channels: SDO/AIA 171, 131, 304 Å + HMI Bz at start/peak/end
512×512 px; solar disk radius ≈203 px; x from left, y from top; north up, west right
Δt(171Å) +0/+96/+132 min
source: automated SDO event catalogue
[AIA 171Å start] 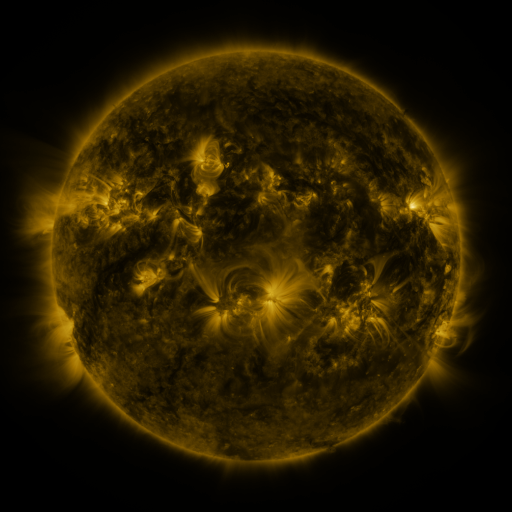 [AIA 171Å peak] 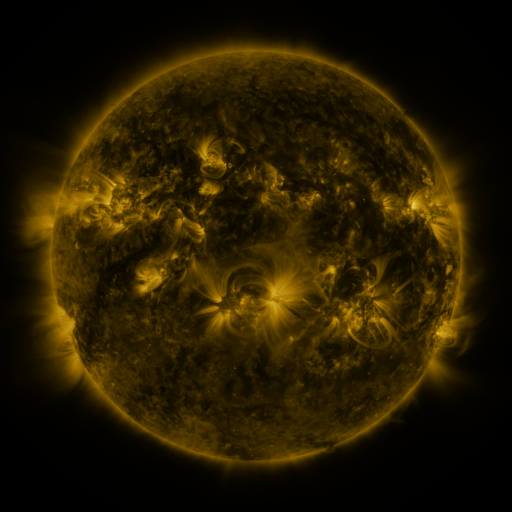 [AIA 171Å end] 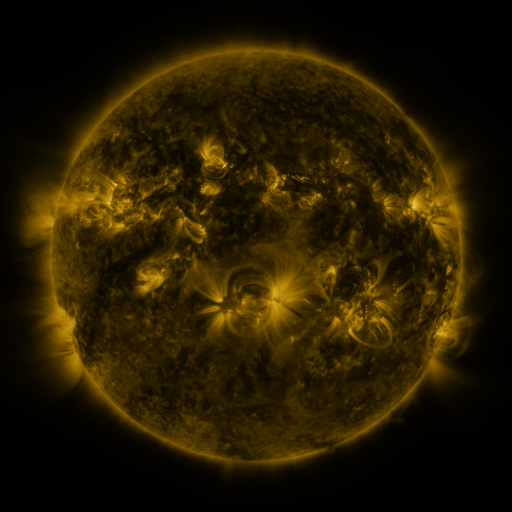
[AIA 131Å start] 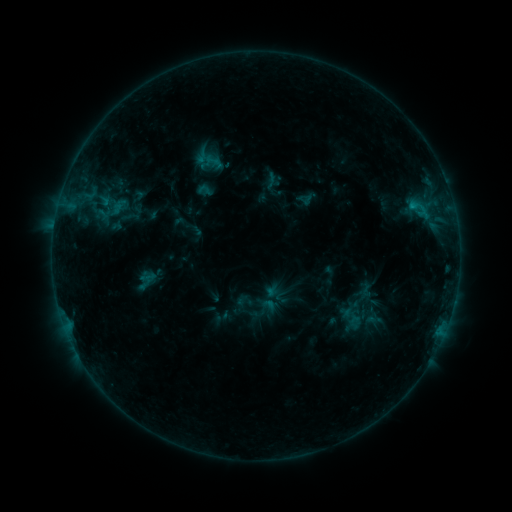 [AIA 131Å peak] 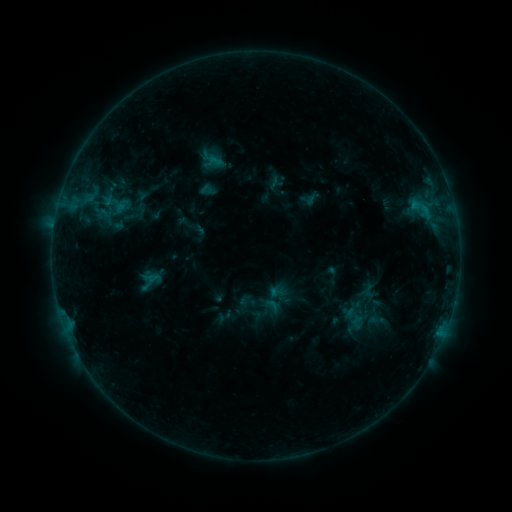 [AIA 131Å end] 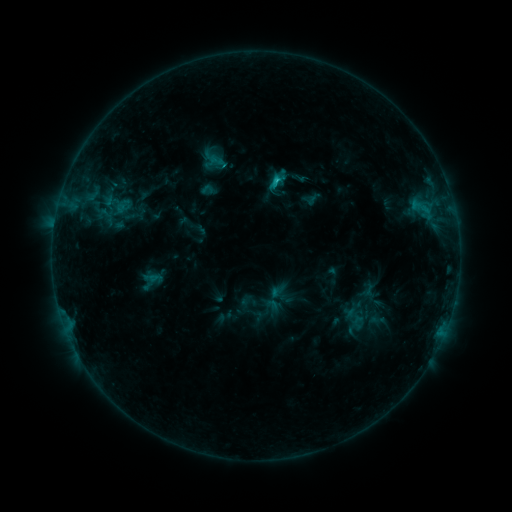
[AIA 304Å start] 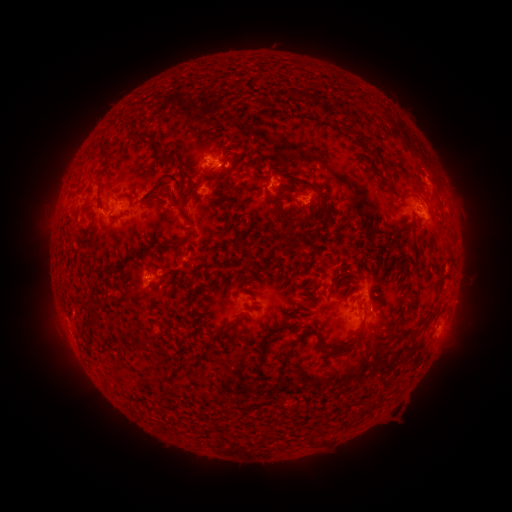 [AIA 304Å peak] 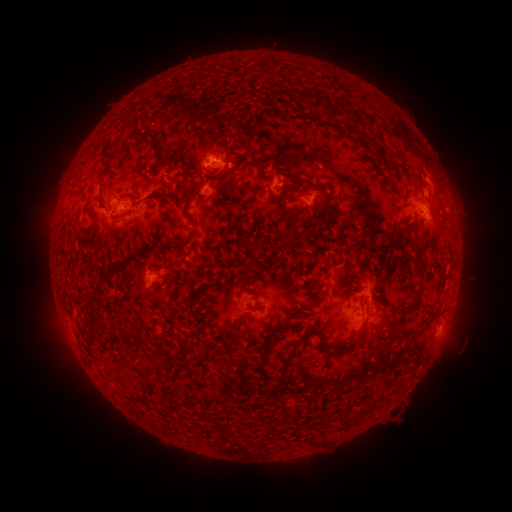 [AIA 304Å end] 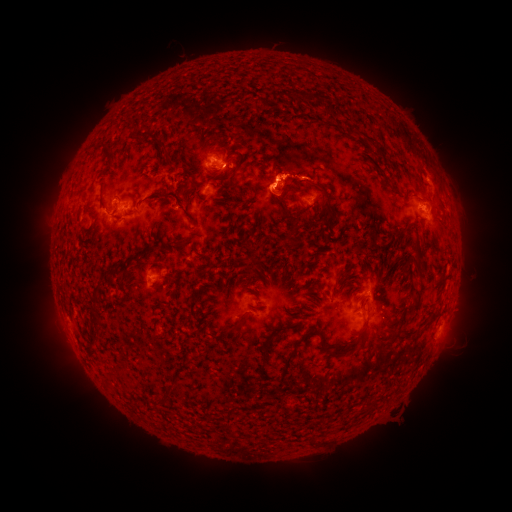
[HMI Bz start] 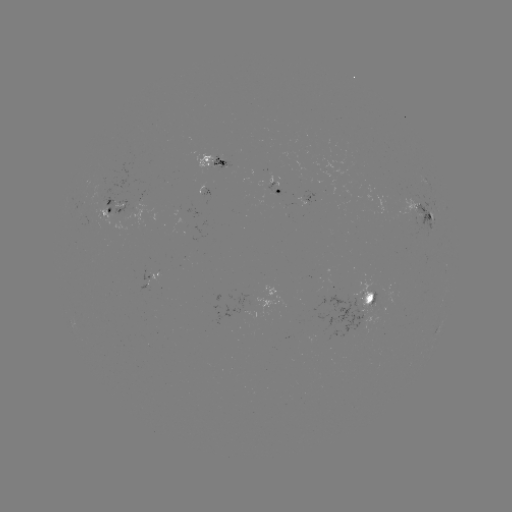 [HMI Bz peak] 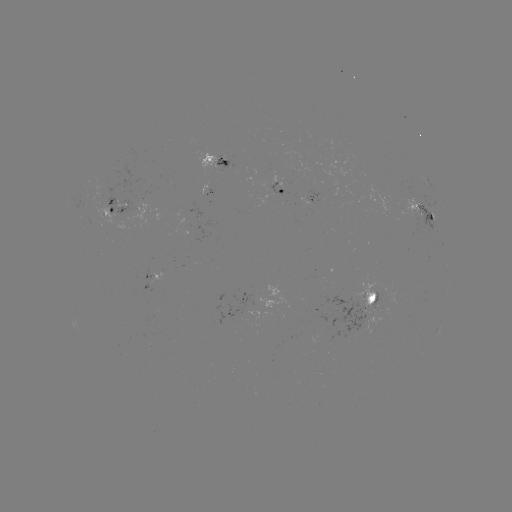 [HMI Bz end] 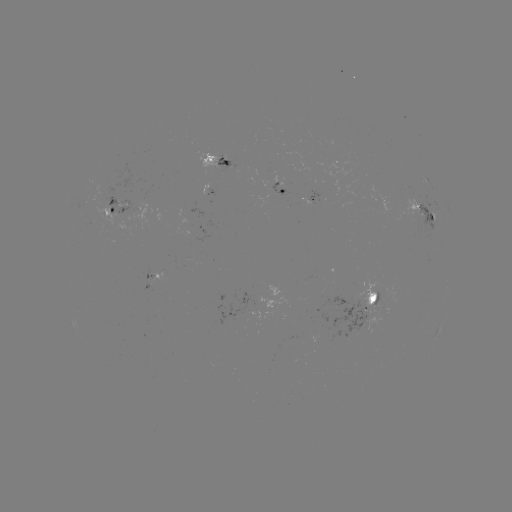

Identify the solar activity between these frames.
emerging-flux region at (384, 309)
